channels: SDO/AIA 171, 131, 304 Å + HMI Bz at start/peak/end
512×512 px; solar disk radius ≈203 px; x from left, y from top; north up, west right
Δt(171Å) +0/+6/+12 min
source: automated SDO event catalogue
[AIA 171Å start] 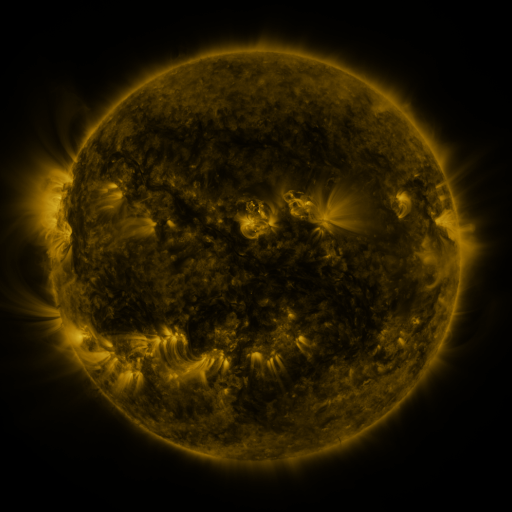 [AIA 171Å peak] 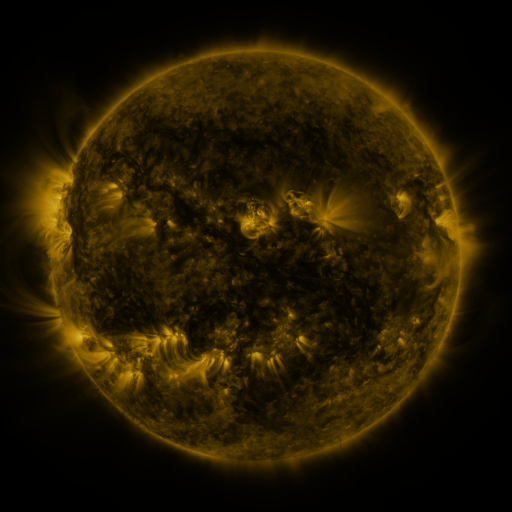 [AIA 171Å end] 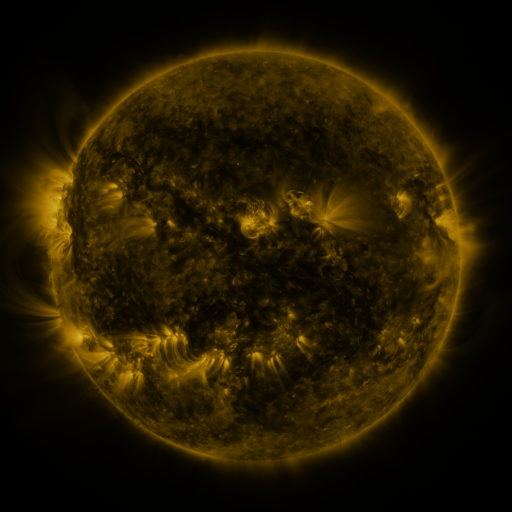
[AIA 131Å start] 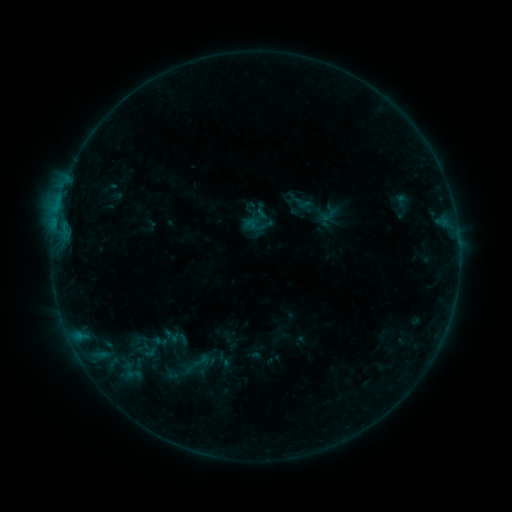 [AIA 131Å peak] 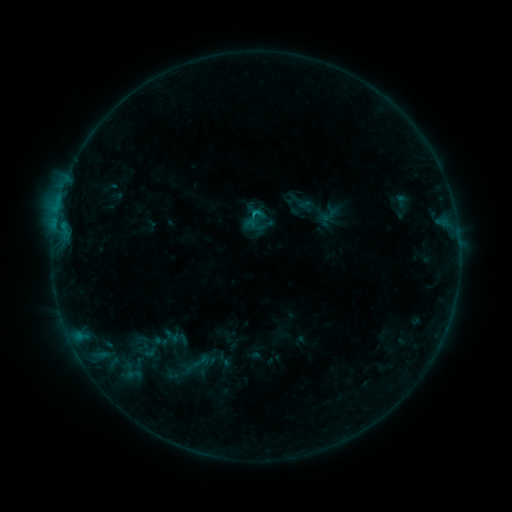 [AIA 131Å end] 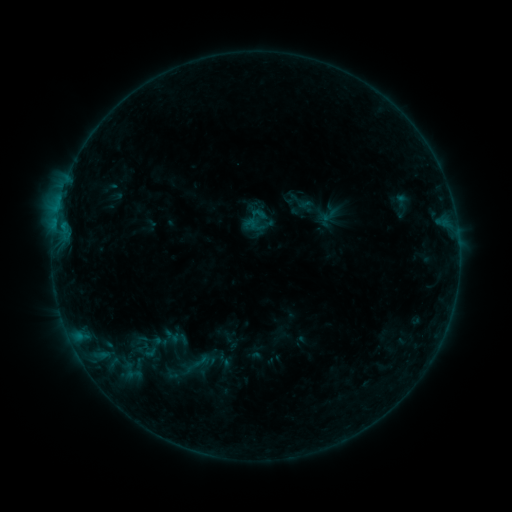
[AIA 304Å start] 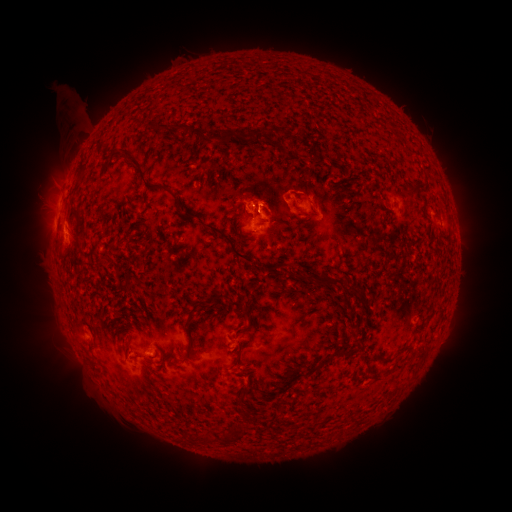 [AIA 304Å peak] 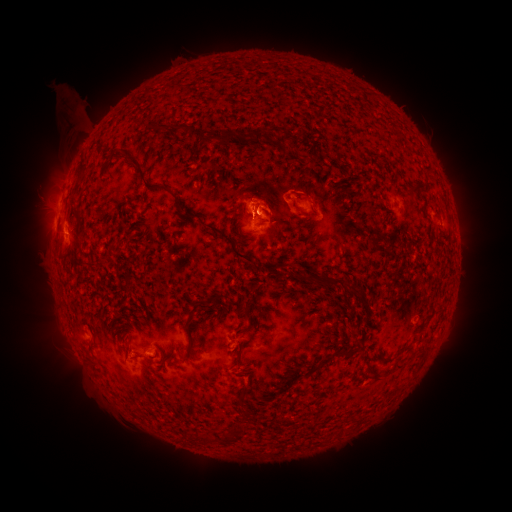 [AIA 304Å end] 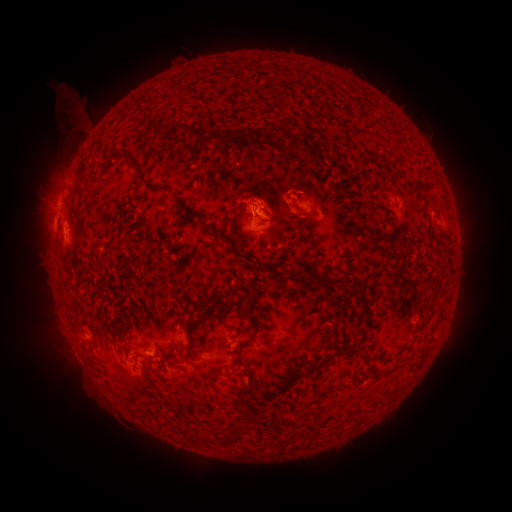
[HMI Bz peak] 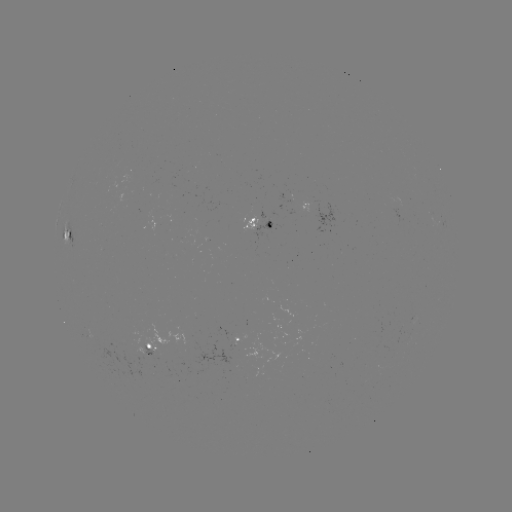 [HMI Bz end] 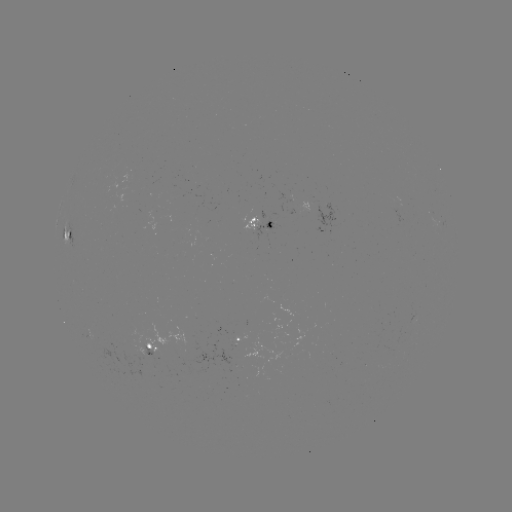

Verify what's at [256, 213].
B5.1 flare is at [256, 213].